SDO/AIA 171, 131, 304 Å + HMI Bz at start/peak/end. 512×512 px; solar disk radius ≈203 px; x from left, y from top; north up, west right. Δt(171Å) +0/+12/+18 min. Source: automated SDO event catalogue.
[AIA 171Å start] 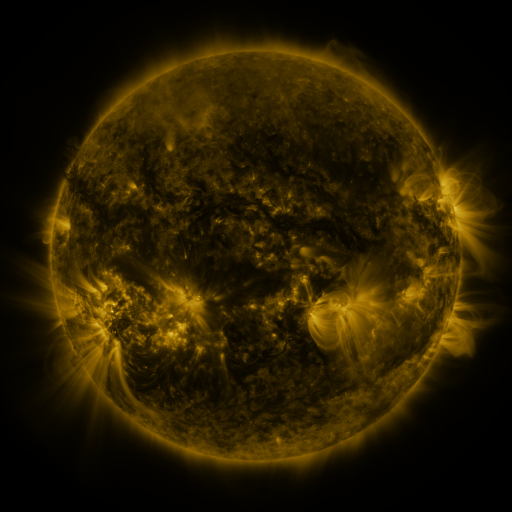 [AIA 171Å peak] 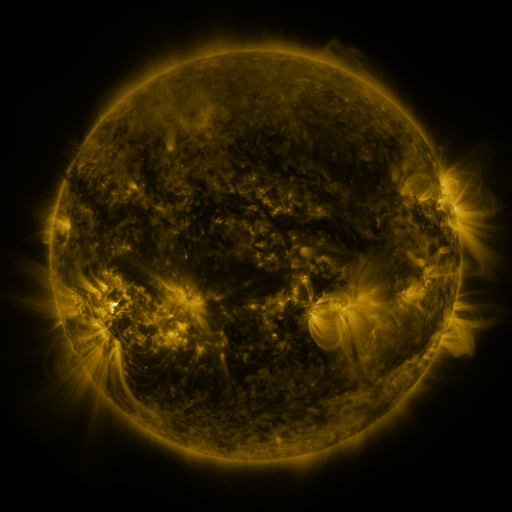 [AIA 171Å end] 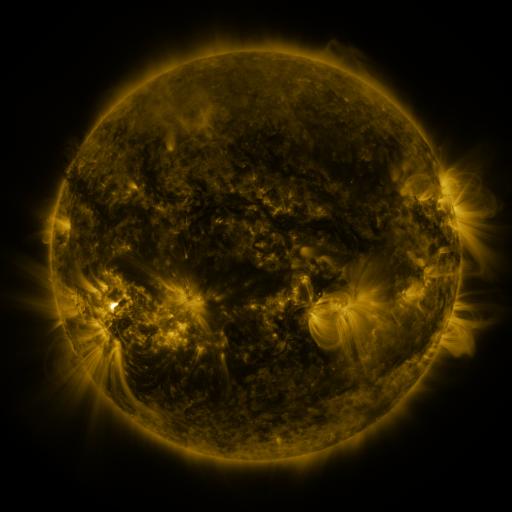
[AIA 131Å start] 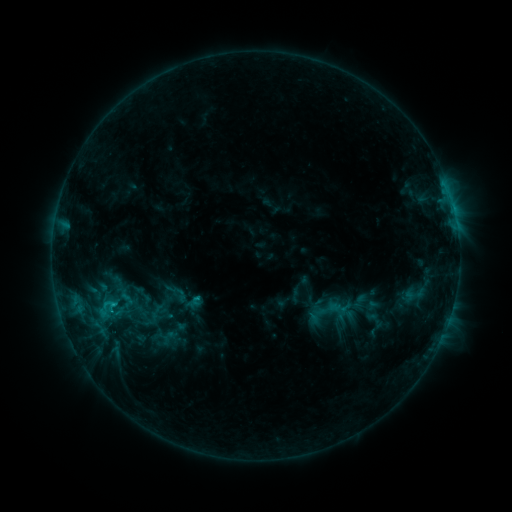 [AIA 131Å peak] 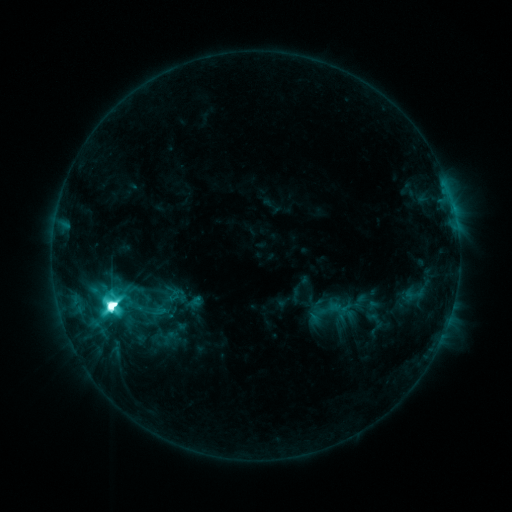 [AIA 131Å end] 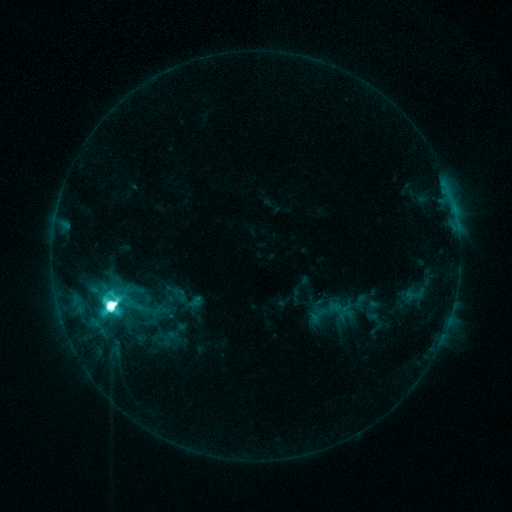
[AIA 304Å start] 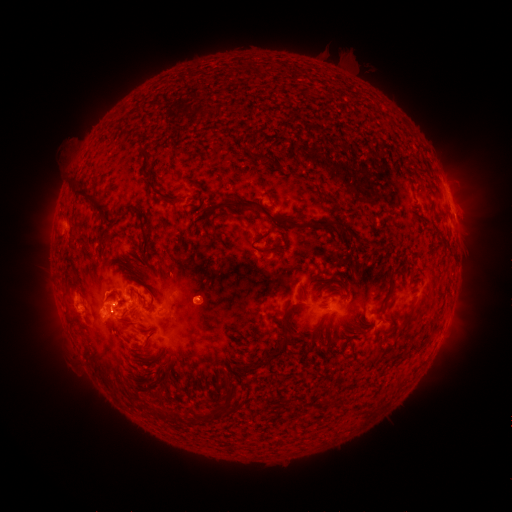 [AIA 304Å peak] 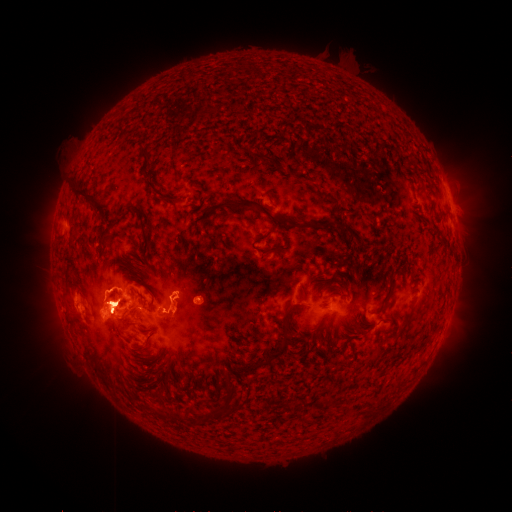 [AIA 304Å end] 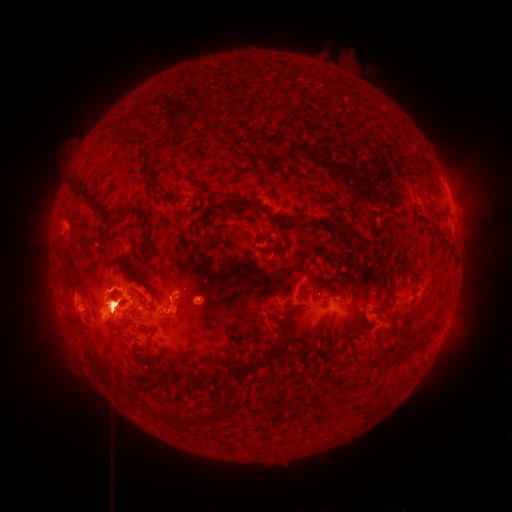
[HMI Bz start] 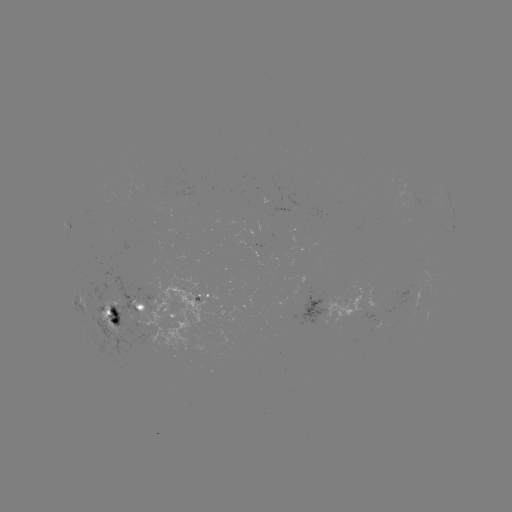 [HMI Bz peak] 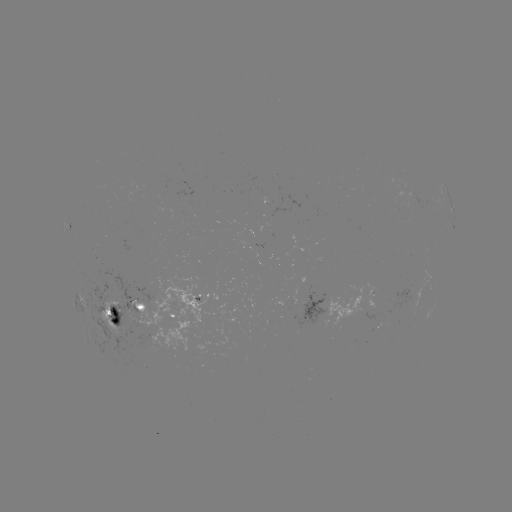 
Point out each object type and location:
M5.7 flare: (112, 304)
